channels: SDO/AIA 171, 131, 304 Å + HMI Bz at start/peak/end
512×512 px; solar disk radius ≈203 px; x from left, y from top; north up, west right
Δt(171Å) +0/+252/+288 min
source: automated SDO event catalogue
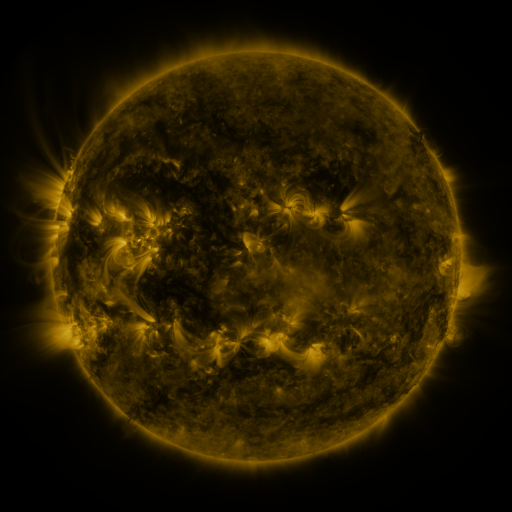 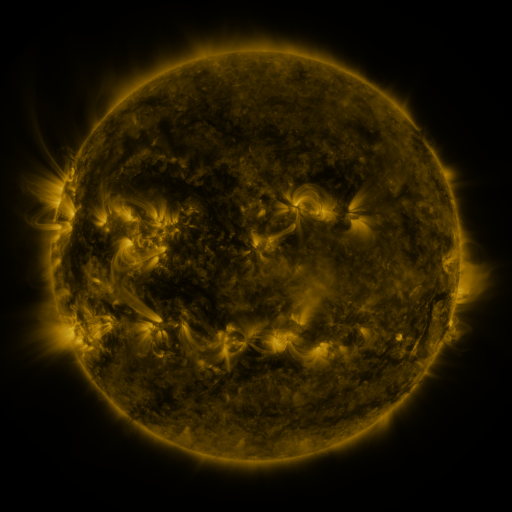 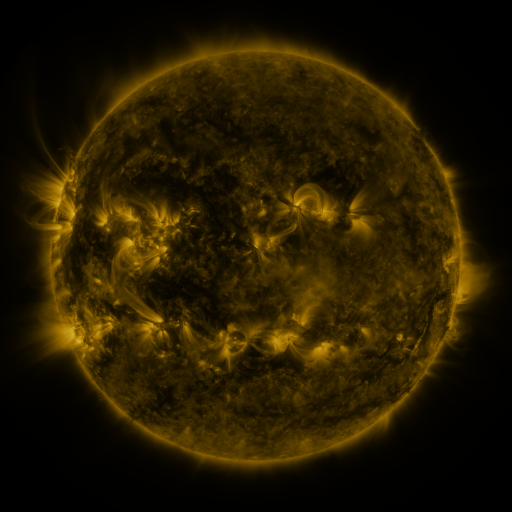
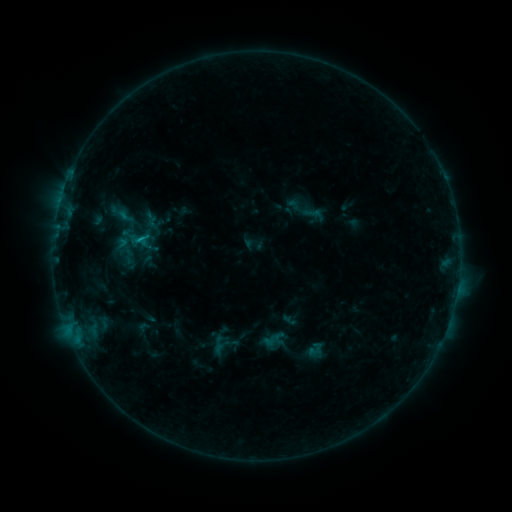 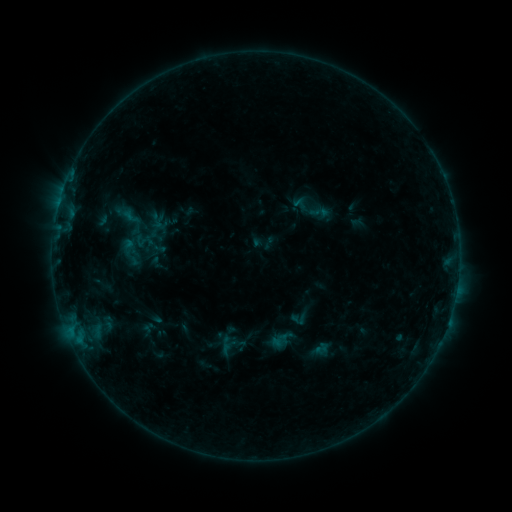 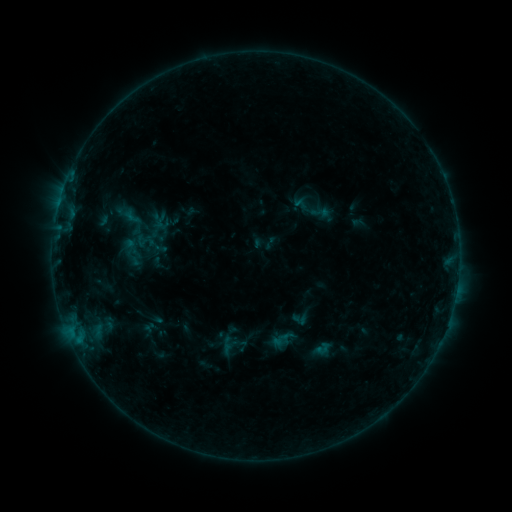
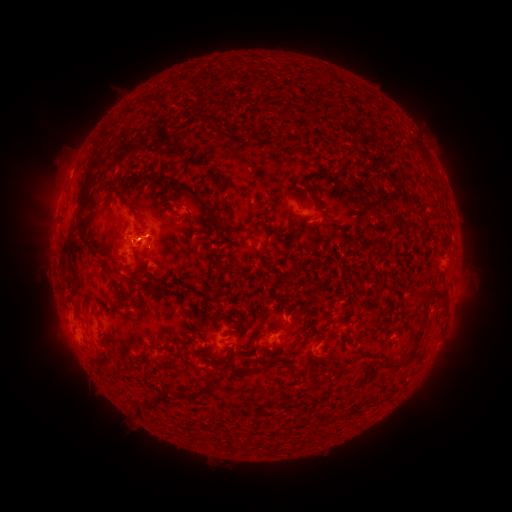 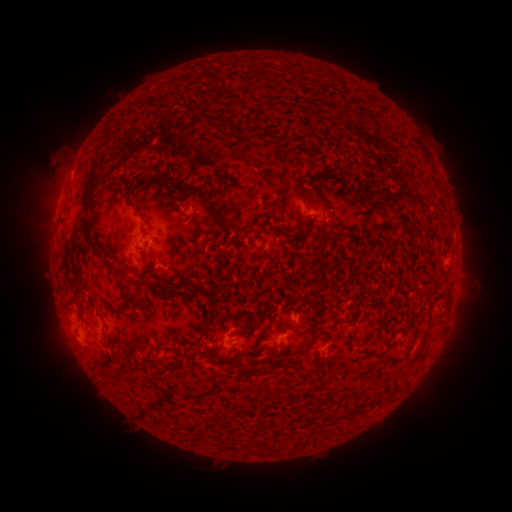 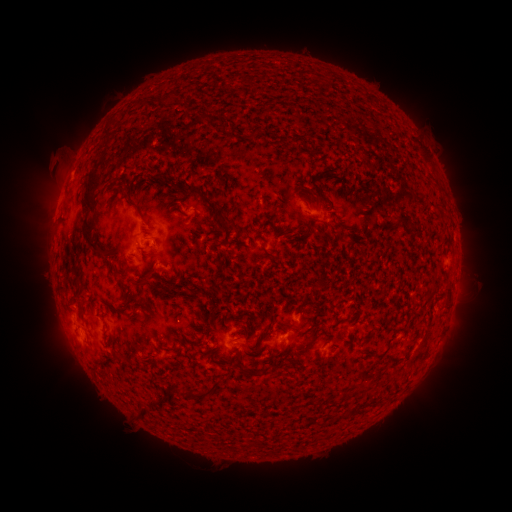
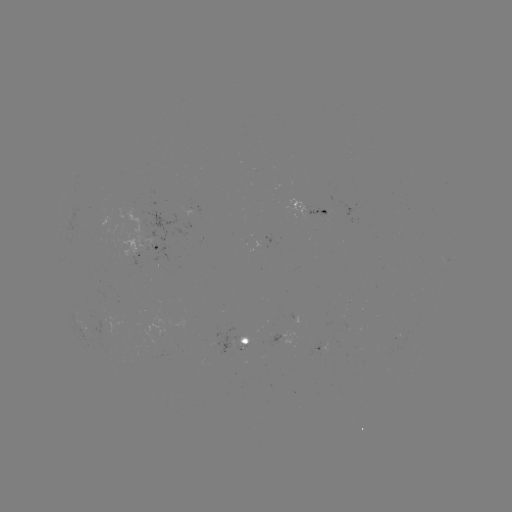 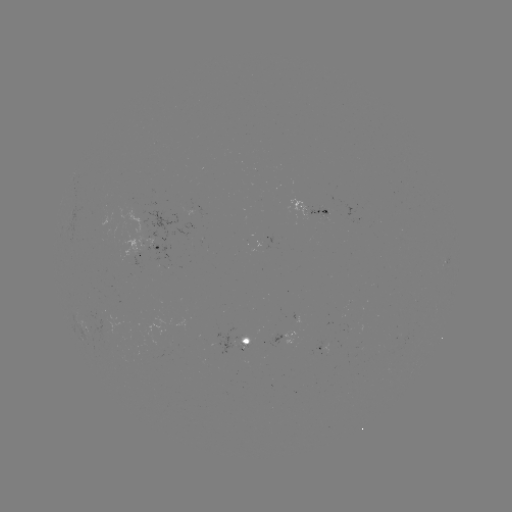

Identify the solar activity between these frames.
emerging-flux region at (236, 347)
